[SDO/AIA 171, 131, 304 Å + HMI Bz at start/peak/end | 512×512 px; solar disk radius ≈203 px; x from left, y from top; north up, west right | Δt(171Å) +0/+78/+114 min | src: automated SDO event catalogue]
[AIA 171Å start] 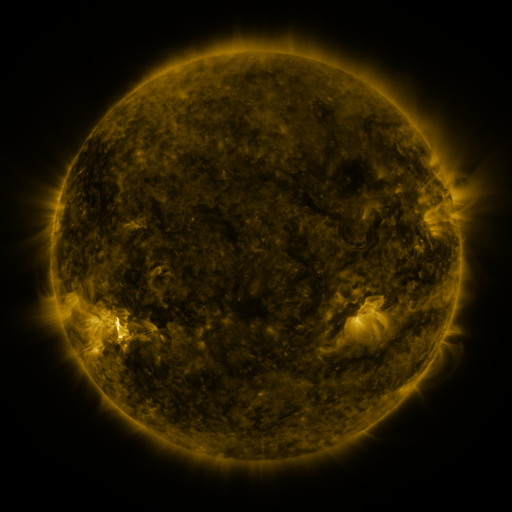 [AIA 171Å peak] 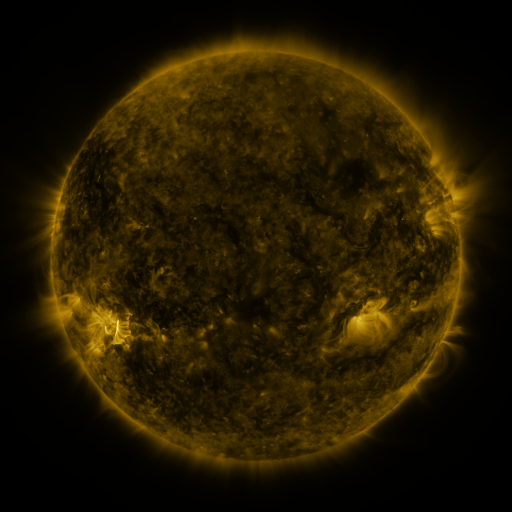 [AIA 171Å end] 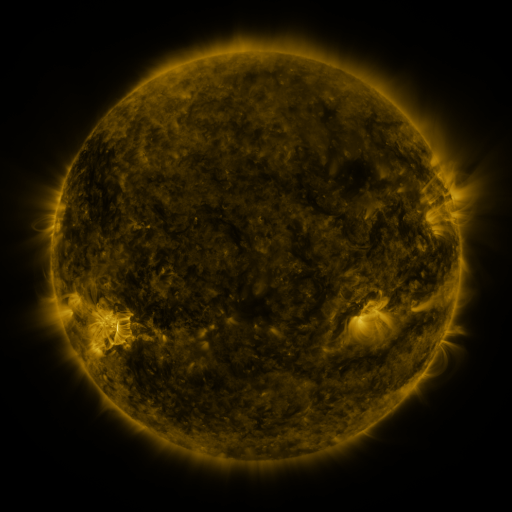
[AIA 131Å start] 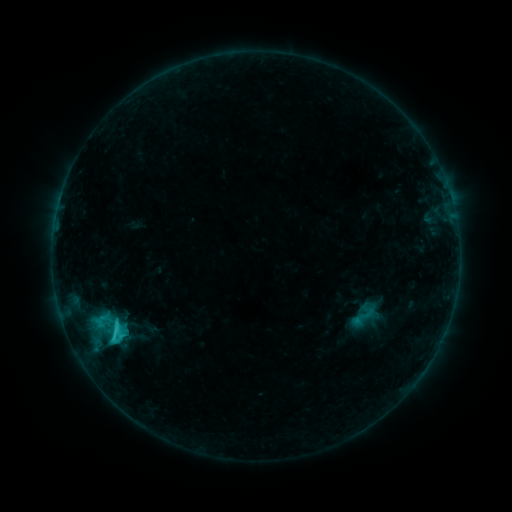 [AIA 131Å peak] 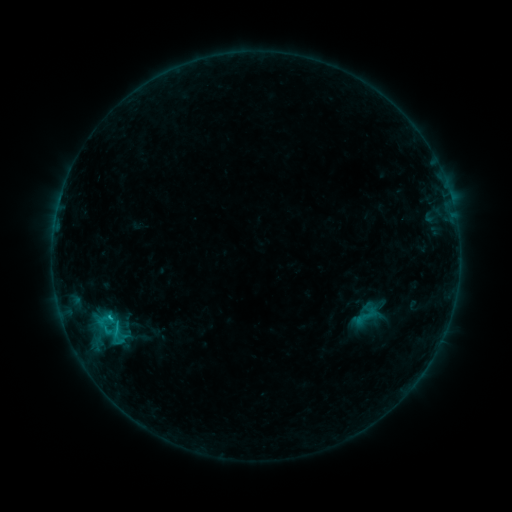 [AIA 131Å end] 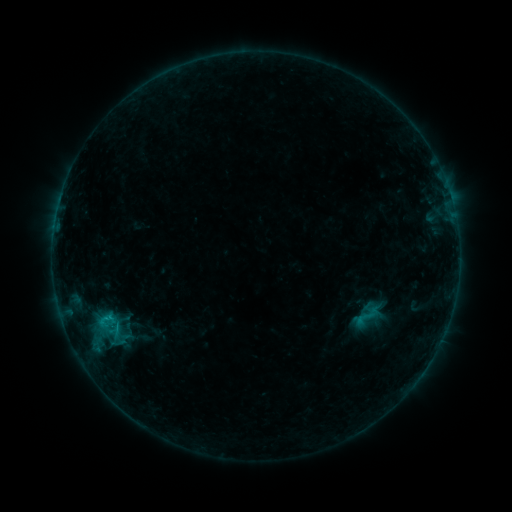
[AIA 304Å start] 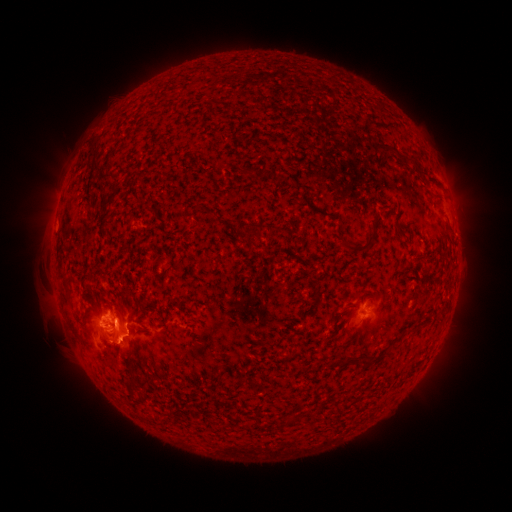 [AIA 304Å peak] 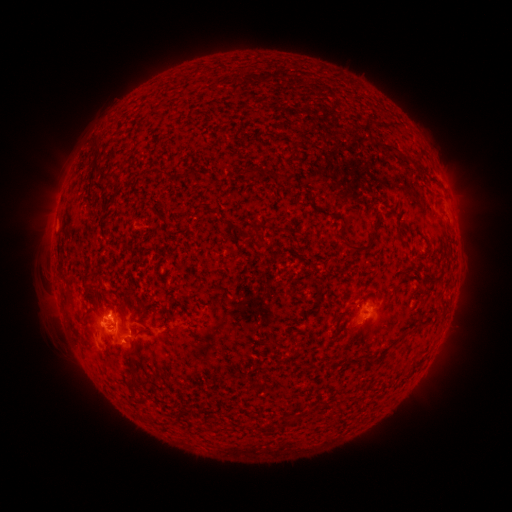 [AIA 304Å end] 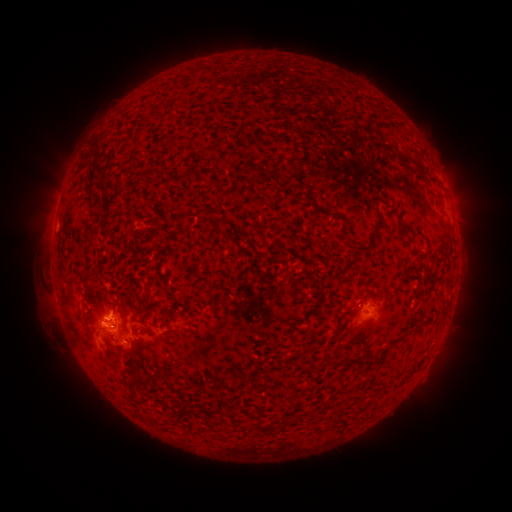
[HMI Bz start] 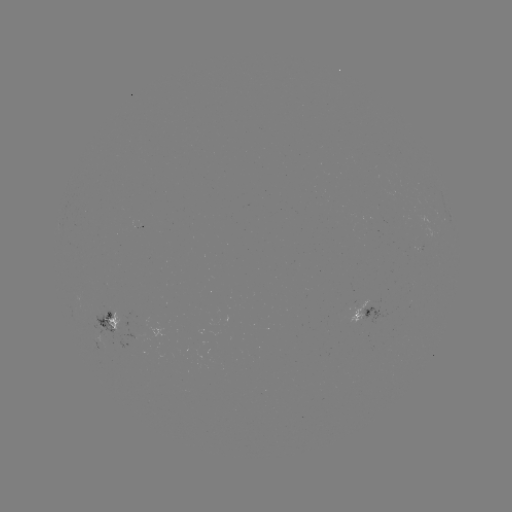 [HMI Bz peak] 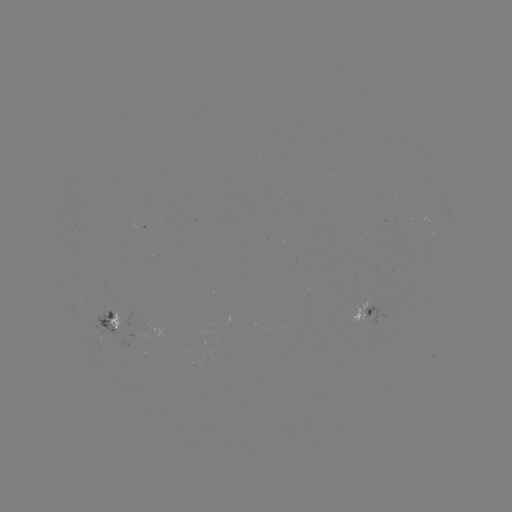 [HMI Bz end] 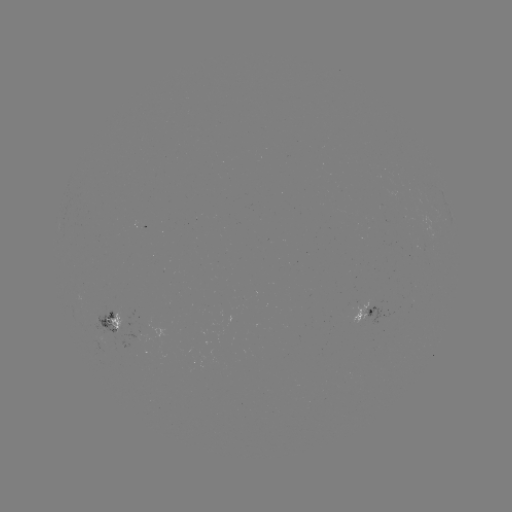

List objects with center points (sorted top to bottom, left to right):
emerging-flux region: (101, 320)
